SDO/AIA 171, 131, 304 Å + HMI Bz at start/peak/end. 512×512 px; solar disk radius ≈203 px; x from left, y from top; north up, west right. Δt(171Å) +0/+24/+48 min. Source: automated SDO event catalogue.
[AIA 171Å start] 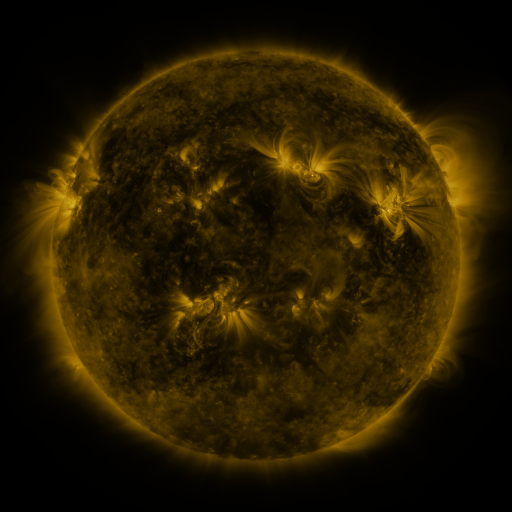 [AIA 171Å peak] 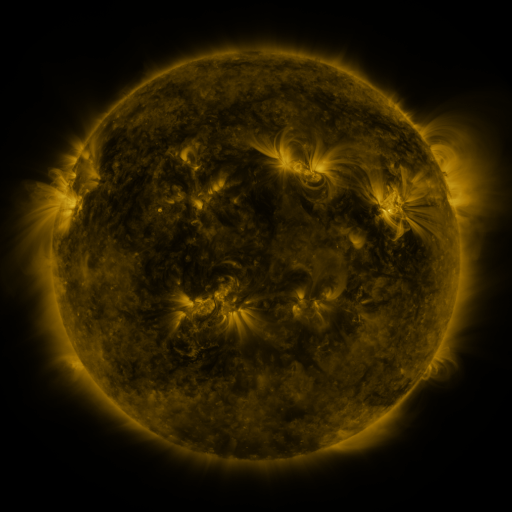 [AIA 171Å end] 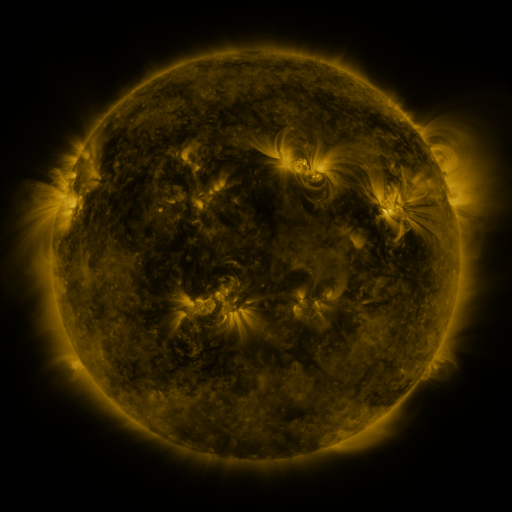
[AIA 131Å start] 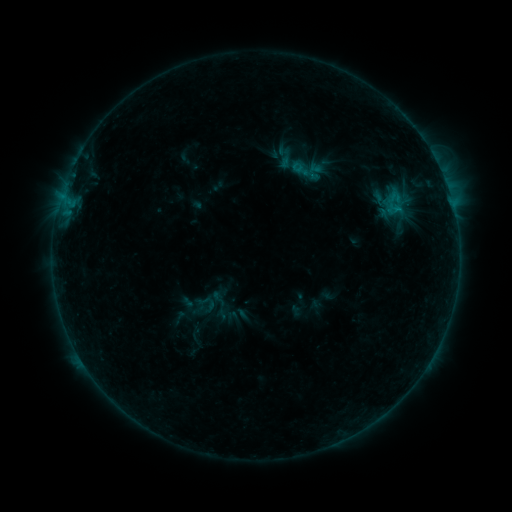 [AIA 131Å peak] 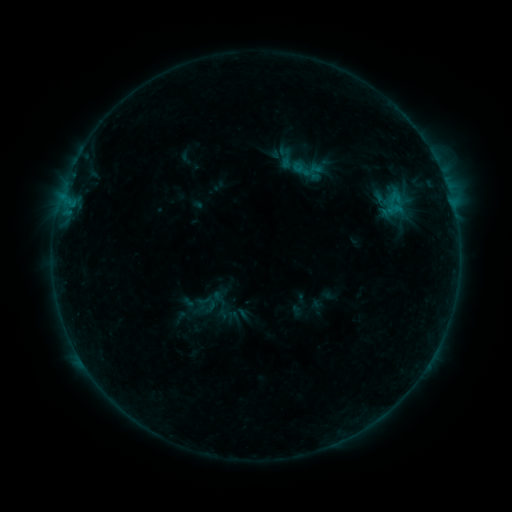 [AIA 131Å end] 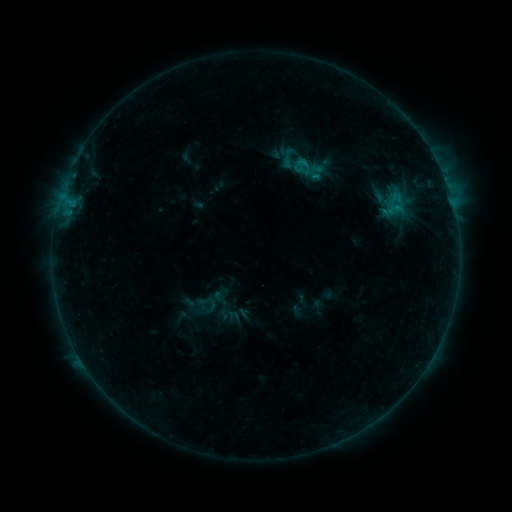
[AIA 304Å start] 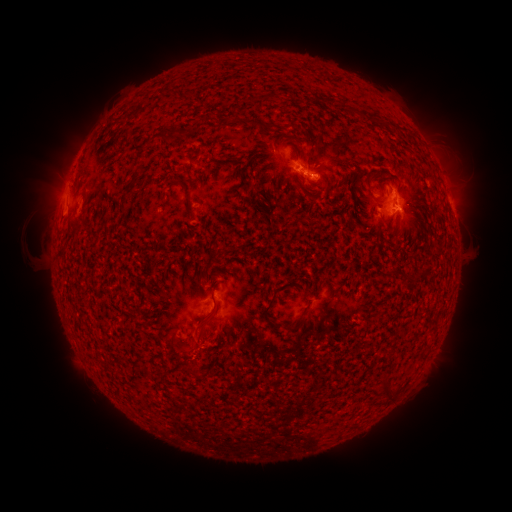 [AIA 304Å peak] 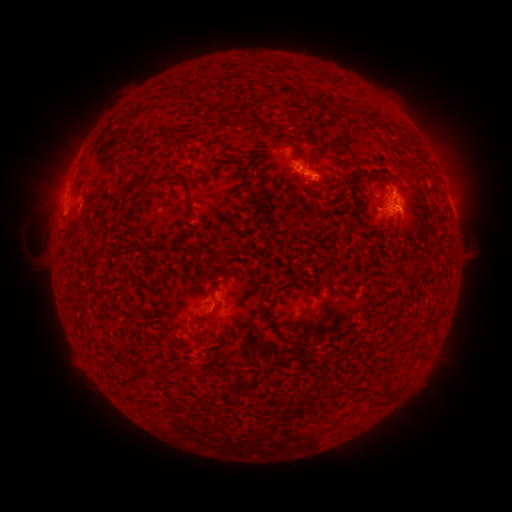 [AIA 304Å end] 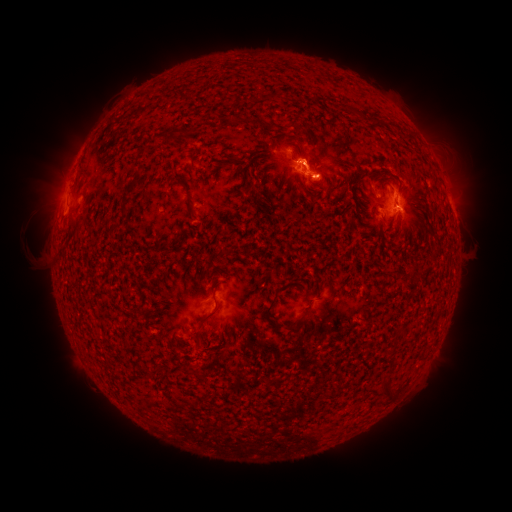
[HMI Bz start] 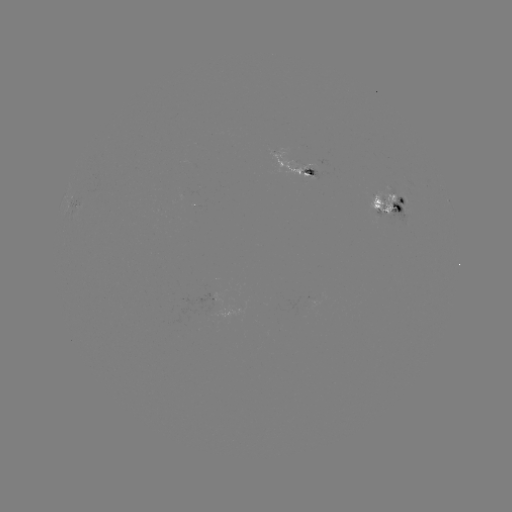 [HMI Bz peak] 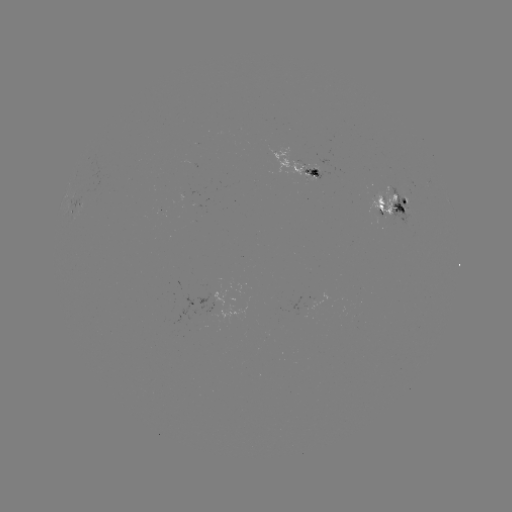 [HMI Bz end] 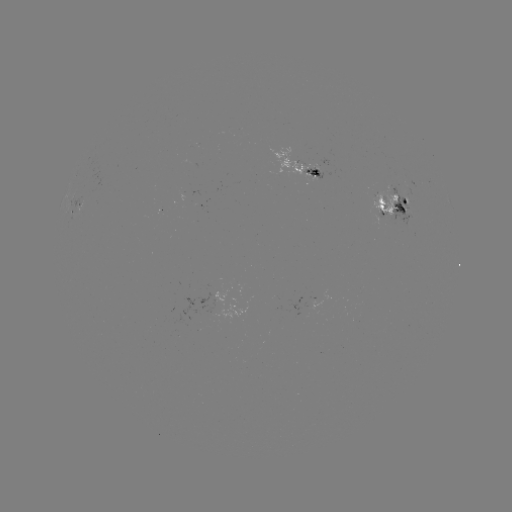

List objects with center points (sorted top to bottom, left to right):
emerging-flux region: (292, 161)
